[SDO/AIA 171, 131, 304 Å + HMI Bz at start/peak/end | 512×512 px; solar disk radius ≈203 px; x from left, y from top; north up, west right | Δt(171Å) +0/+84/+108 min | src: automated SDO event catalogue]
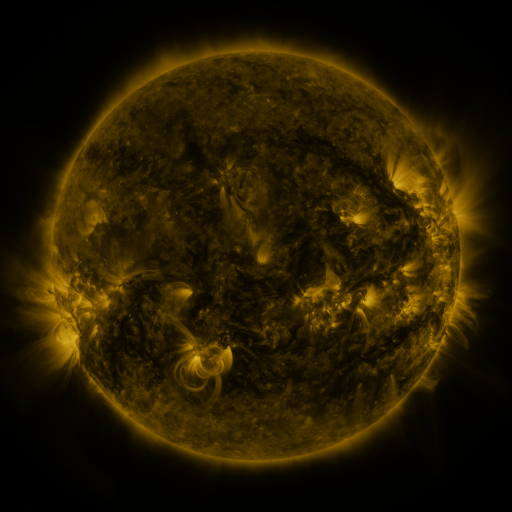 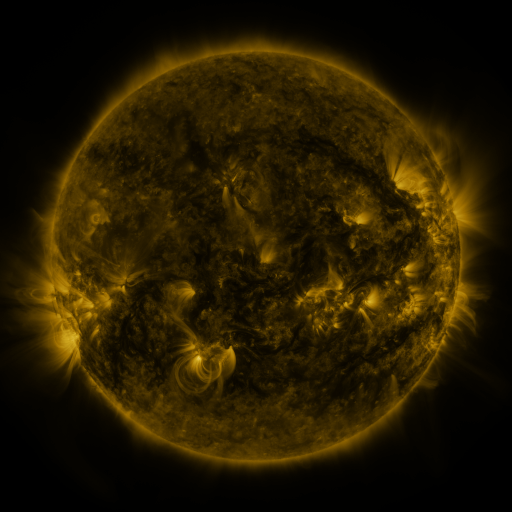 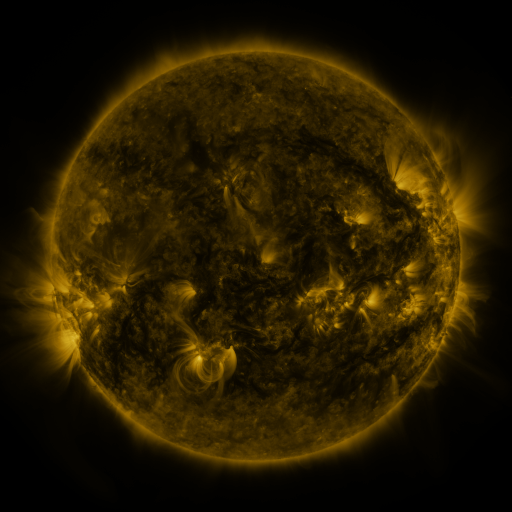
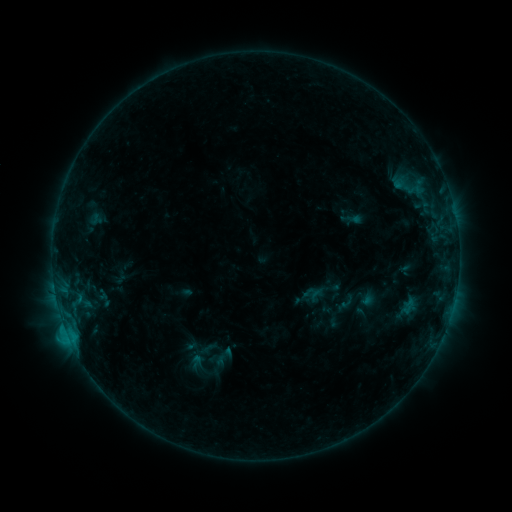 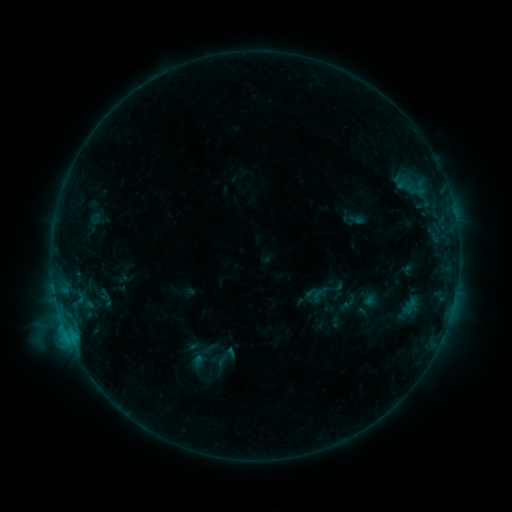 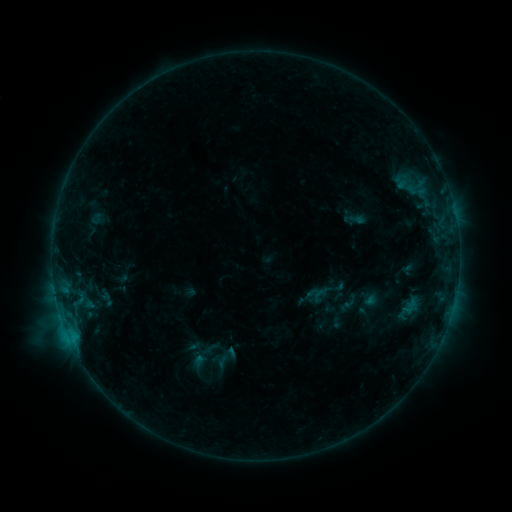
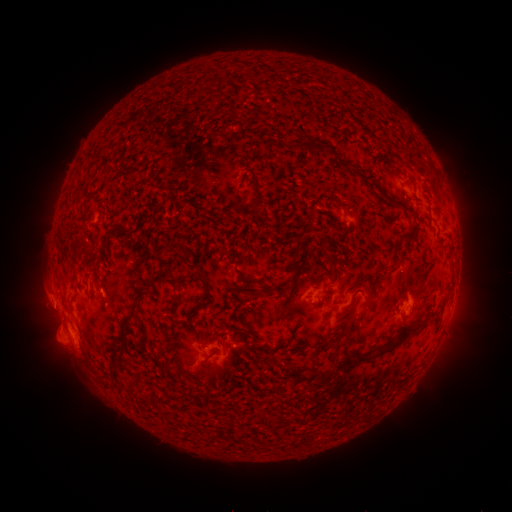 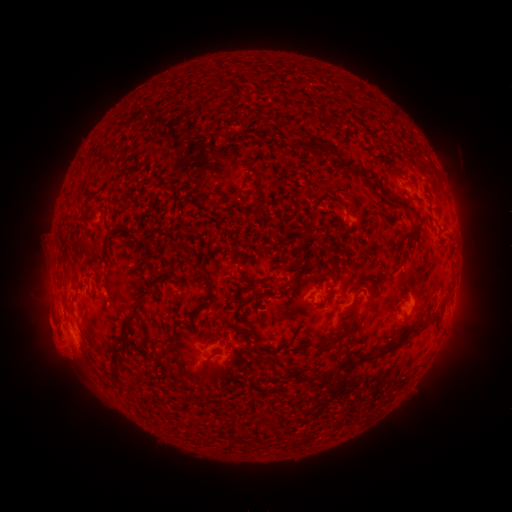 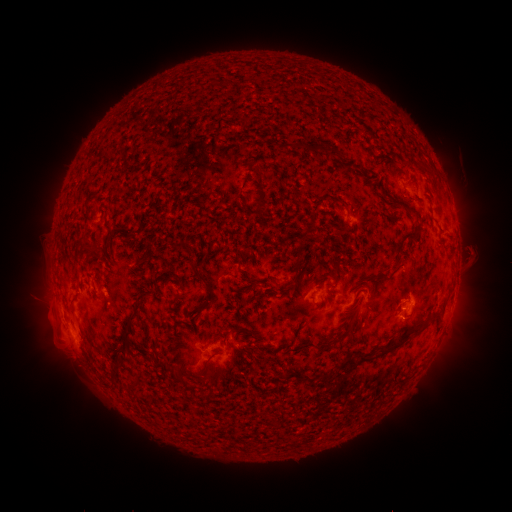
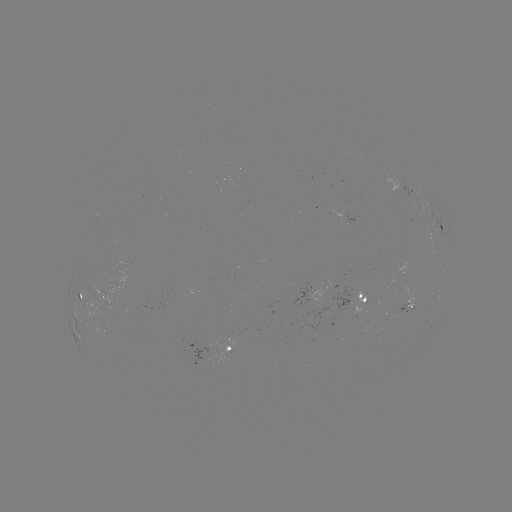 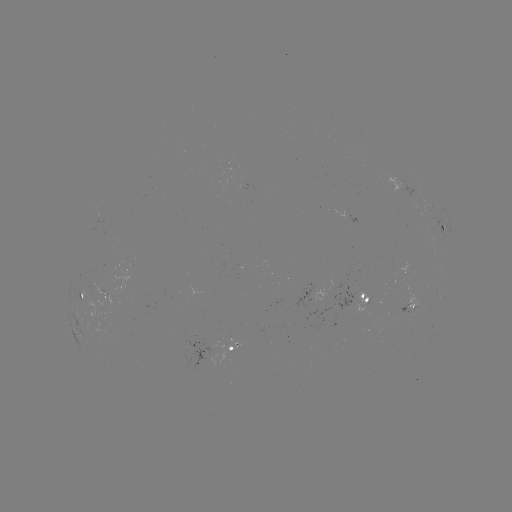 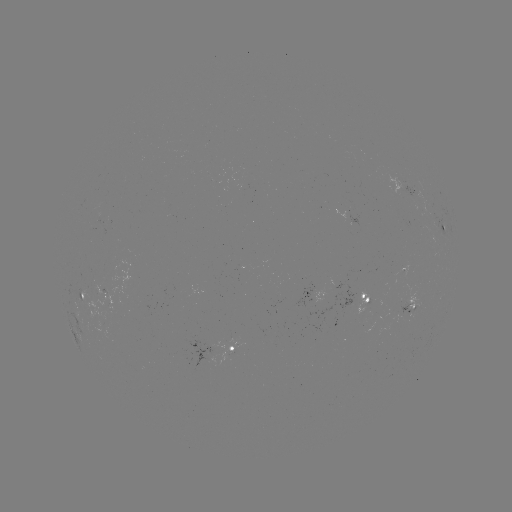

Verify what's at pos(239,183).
emerging-flux region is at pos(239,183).